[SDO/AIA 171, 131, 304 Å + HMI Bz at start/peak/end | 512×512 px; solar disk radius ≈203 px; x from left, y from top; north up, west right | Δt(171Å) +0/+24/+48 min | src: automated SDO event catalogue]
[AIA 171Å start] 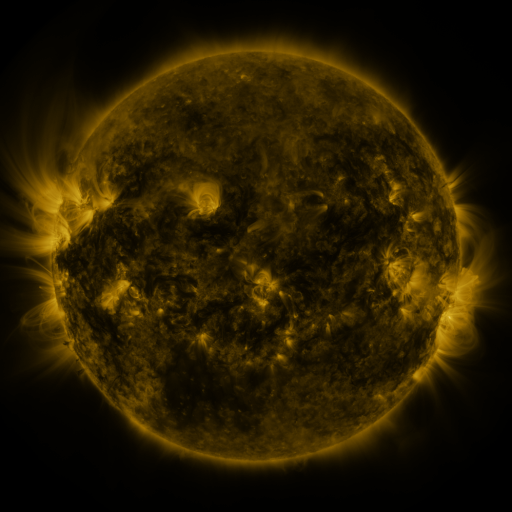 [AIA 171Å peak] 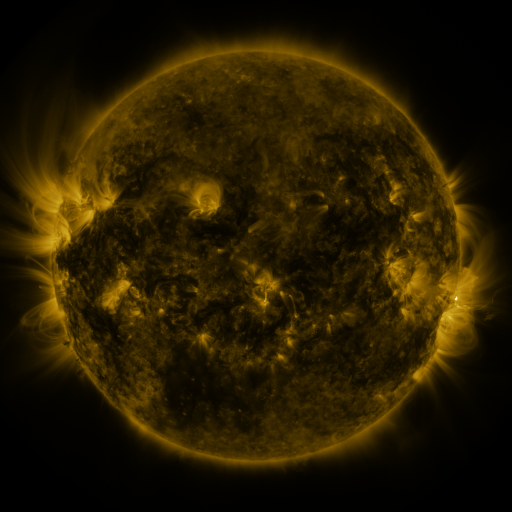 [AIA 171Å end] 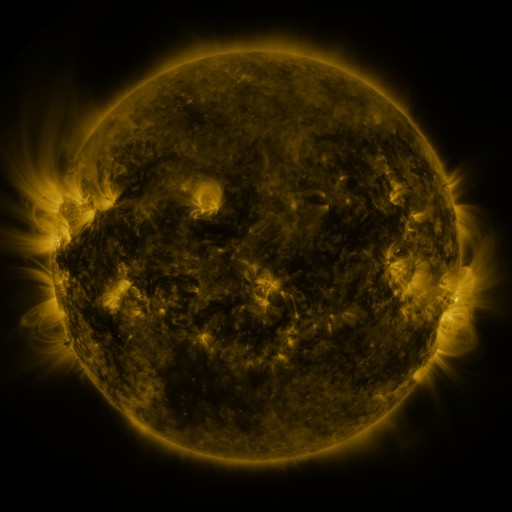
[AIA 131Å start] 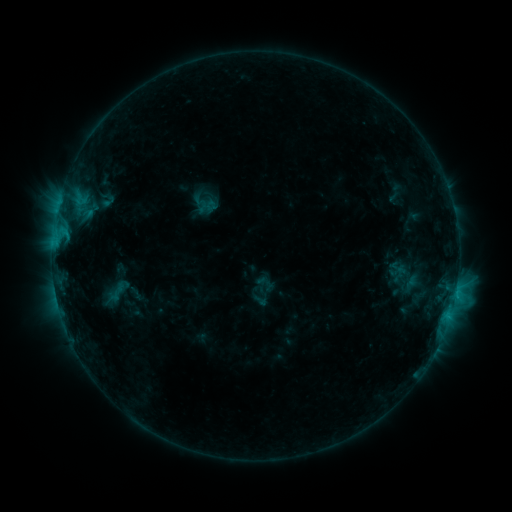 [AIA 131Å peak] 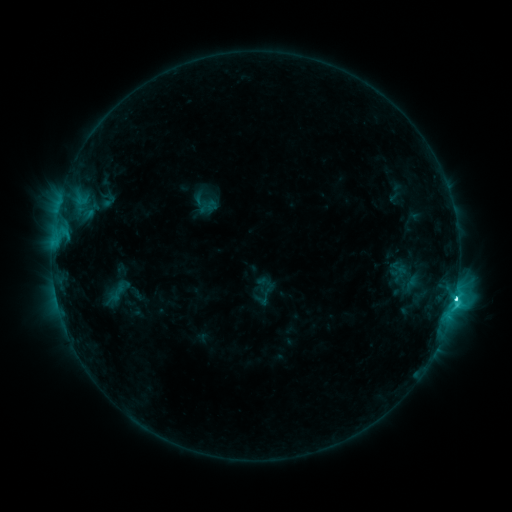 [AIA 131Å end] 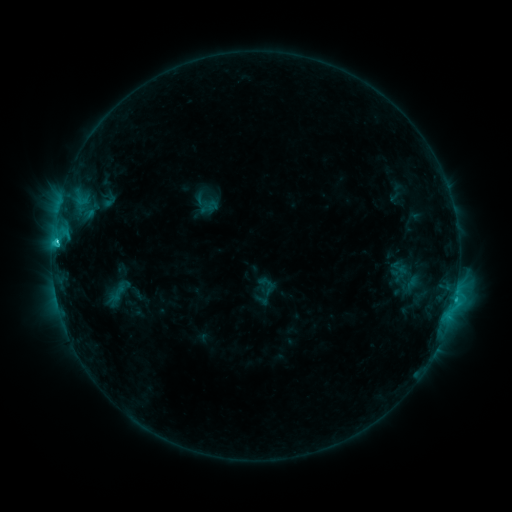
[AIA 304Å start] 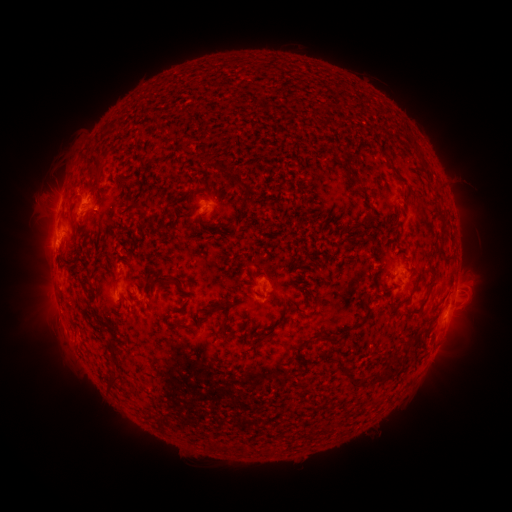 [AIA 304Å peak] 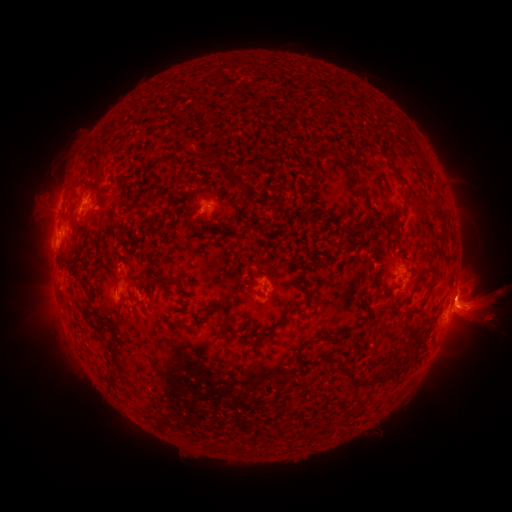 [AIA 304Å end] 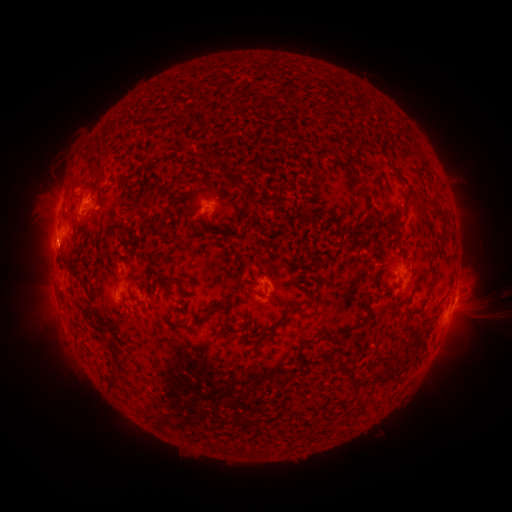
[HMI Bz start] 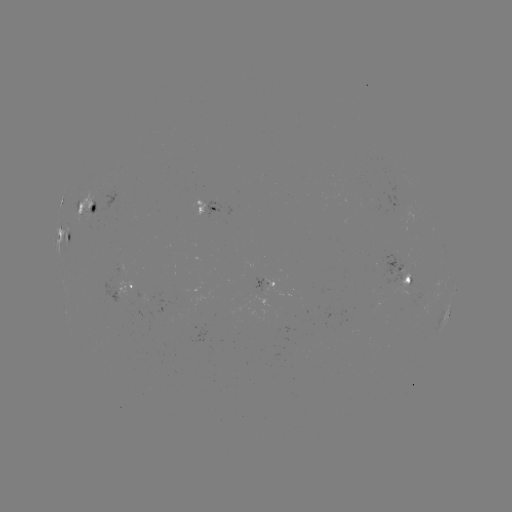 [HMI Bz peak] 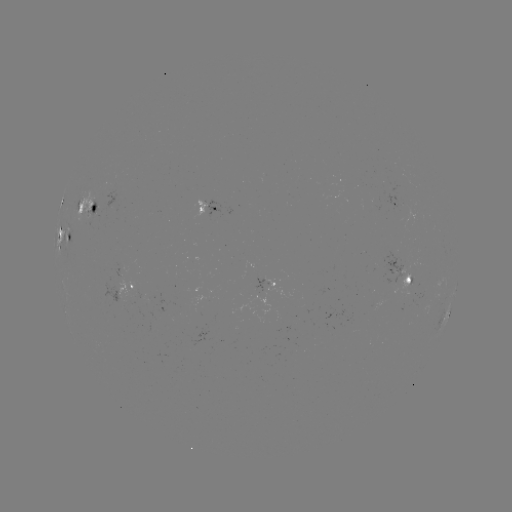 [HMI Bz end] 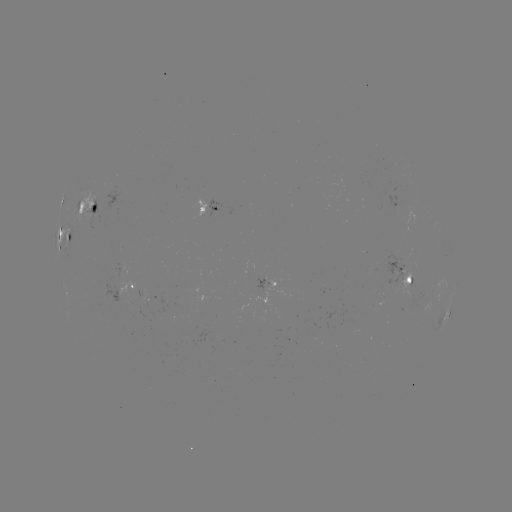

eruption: <bbox>380, 191, 511, 387</bbox>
